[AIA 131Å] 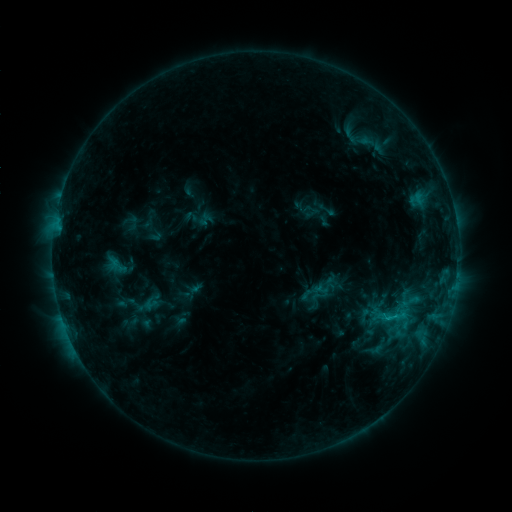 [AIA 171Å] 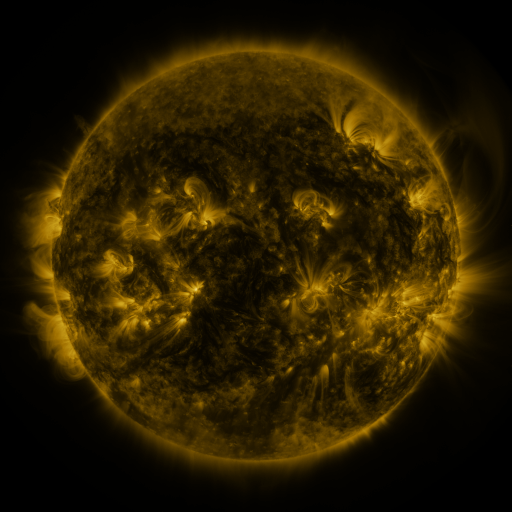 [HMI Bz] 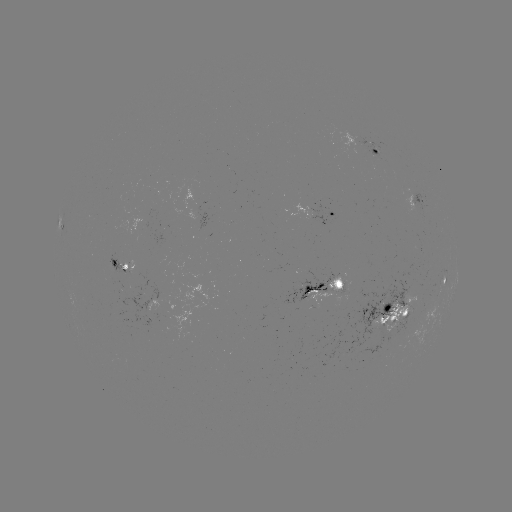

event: sigmoid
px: (390, 317)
